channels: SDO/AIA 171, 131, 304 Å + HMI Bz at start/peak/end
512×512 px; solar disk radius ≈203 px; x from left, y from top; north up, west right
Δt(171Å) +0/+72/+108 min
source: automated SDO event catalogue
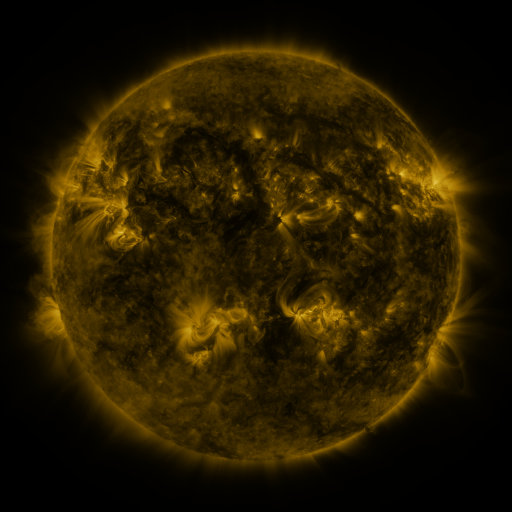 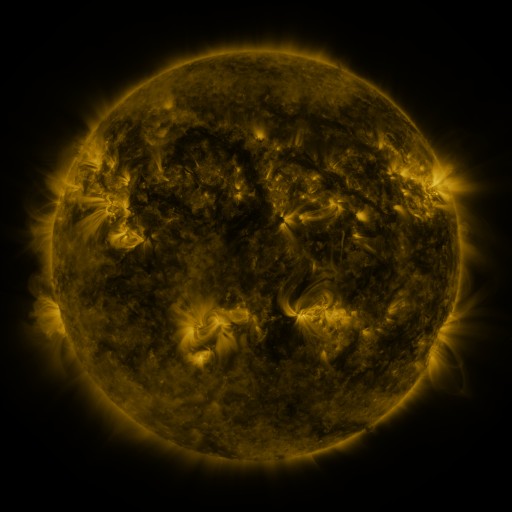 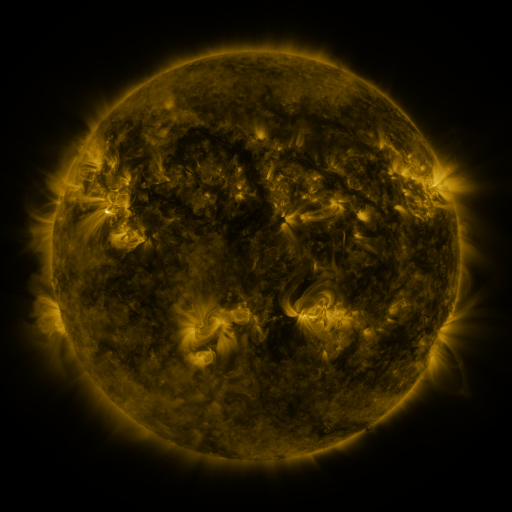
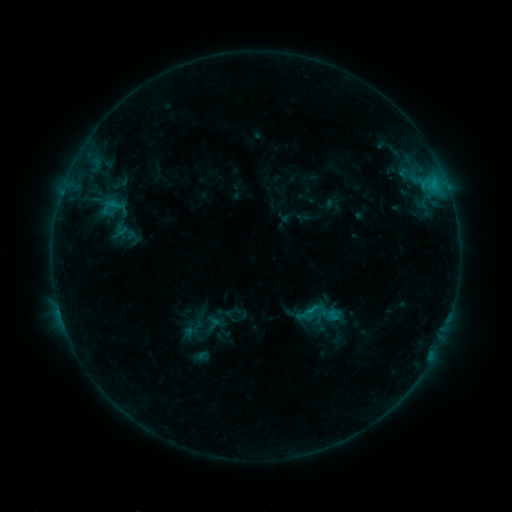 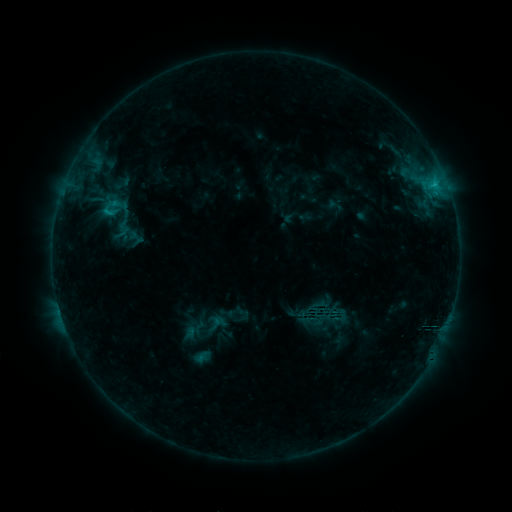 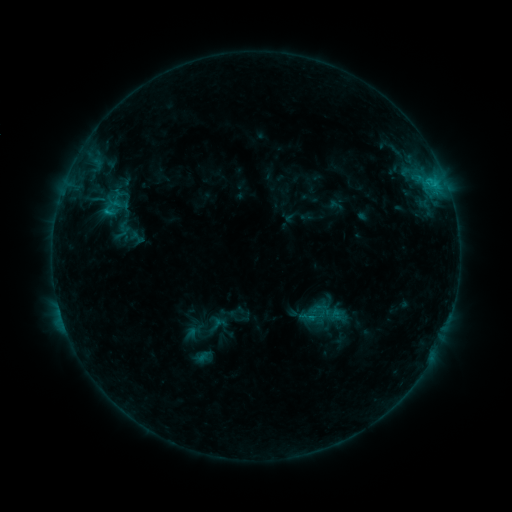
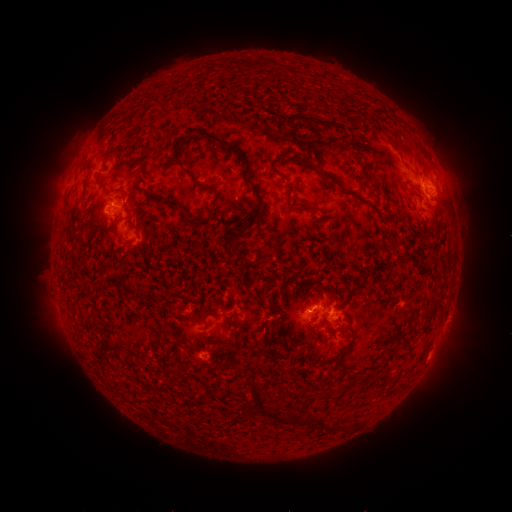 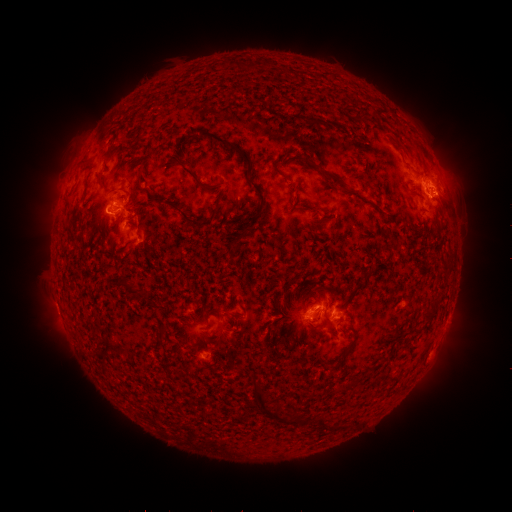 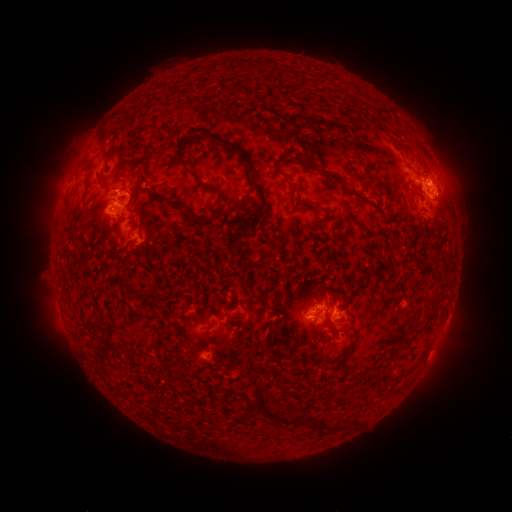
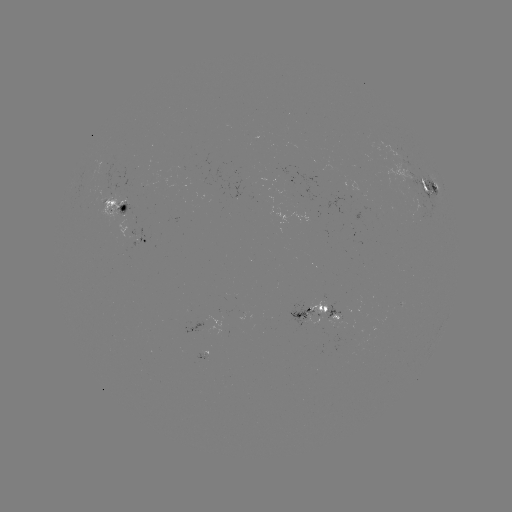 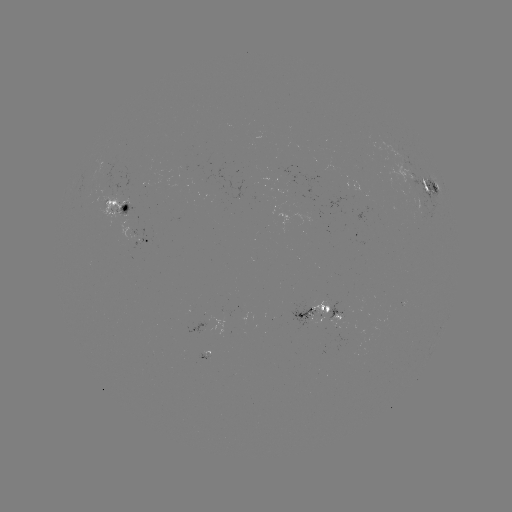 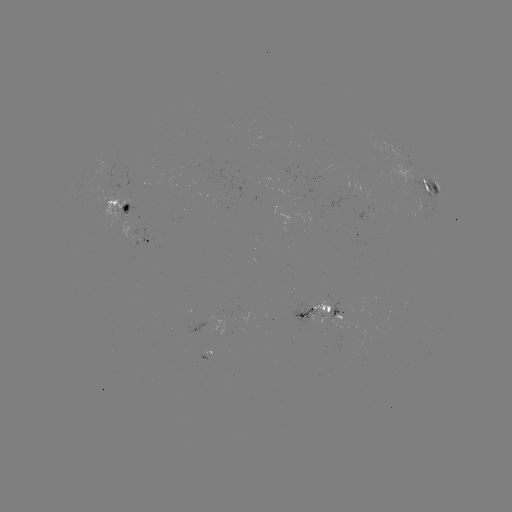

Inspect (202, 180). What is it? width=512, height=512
emerging-flux region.